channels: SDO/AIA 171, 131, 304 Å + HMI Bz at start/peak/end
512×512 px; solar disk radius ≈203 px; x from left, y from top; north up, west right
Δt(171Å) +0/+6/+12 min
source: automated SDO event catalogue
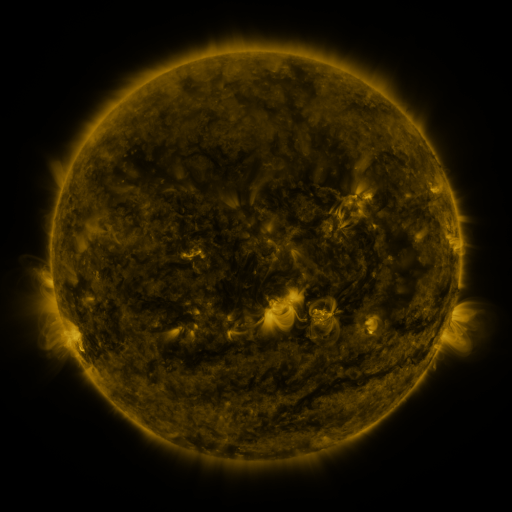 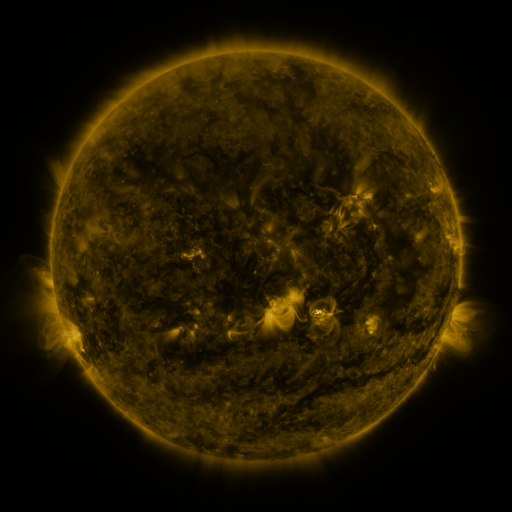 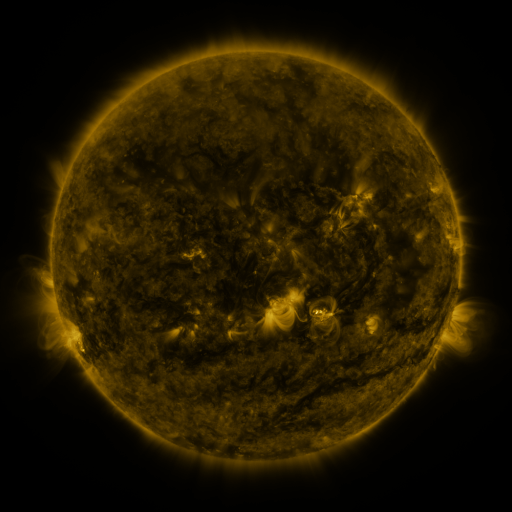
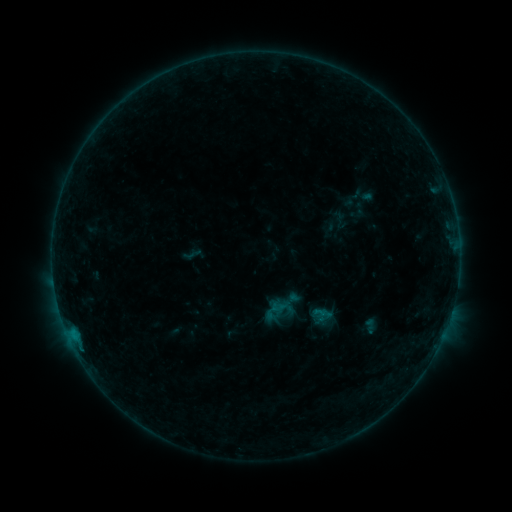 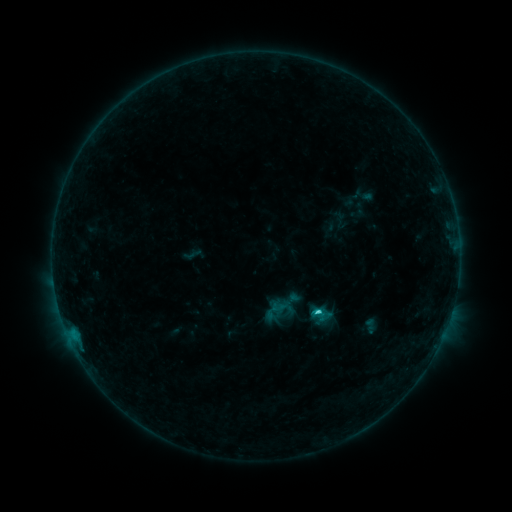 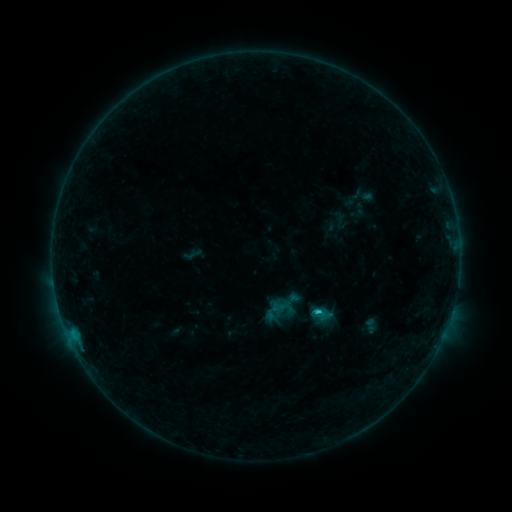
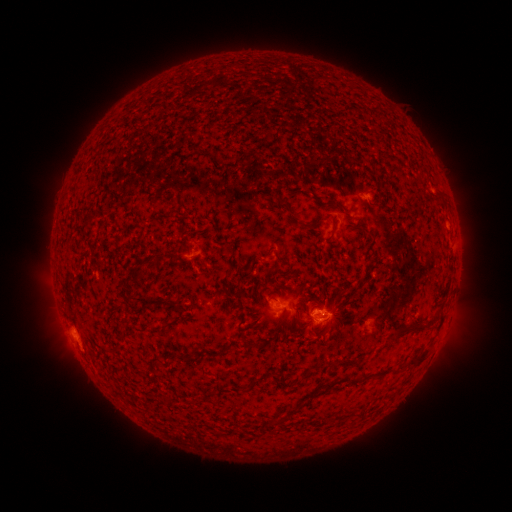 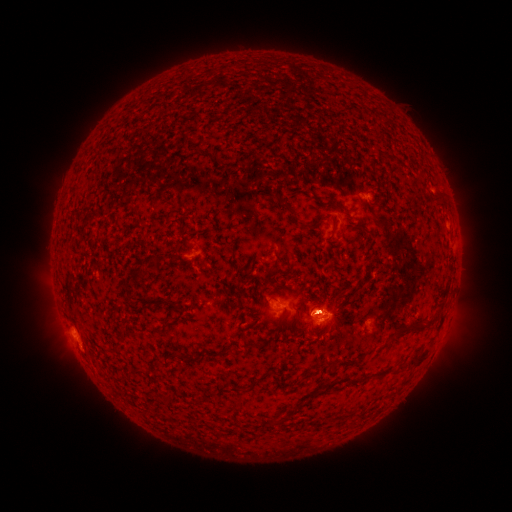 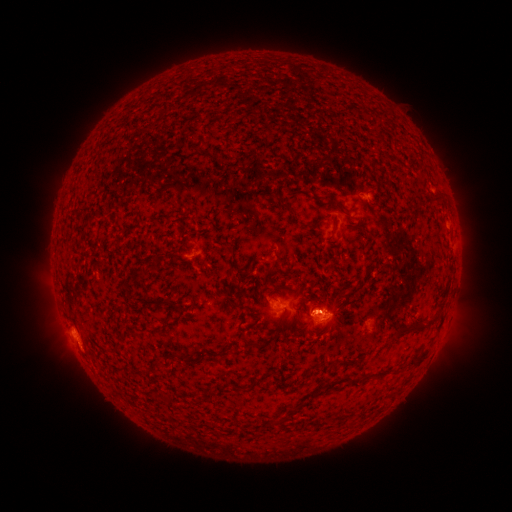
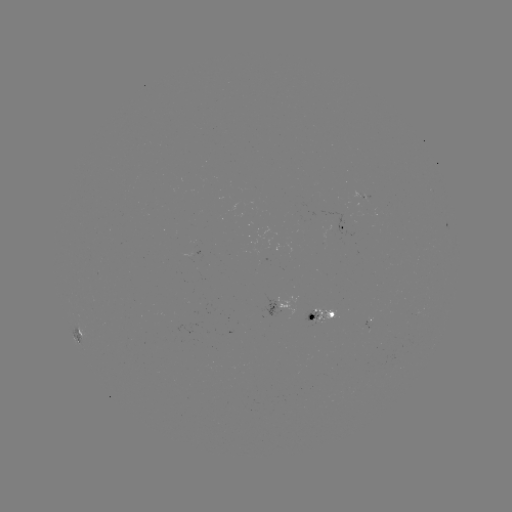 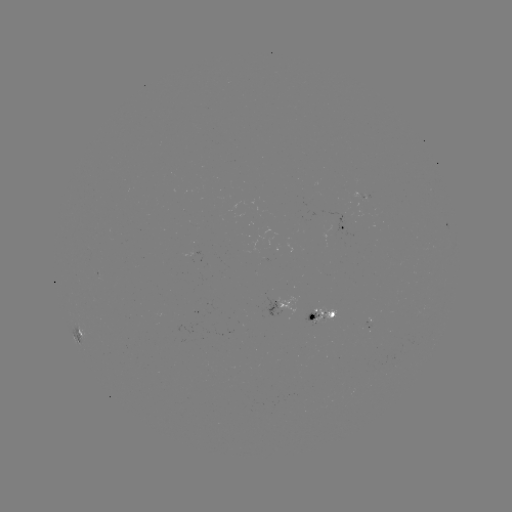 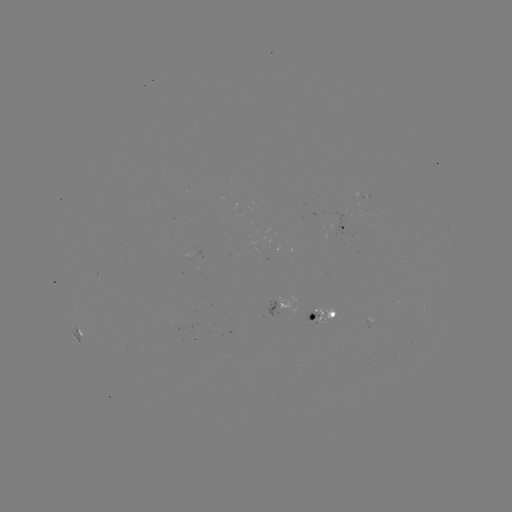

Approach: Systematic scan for C1.3 flare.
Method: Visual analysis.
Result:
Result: C1.3 flare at [314, 311].